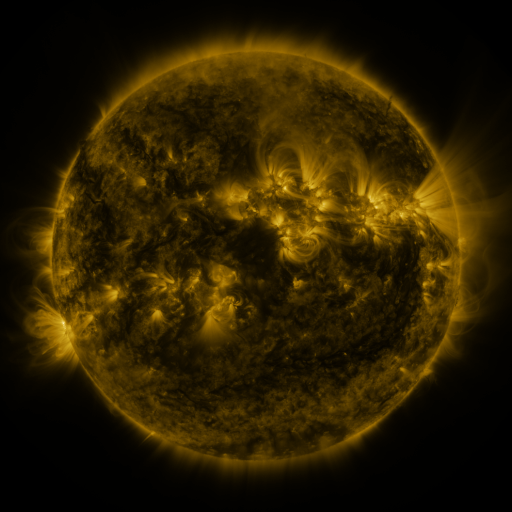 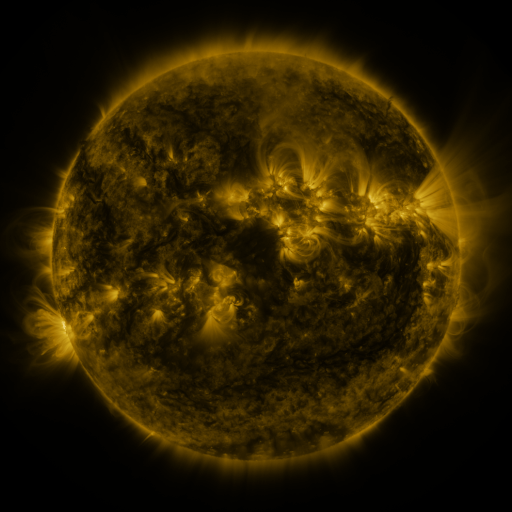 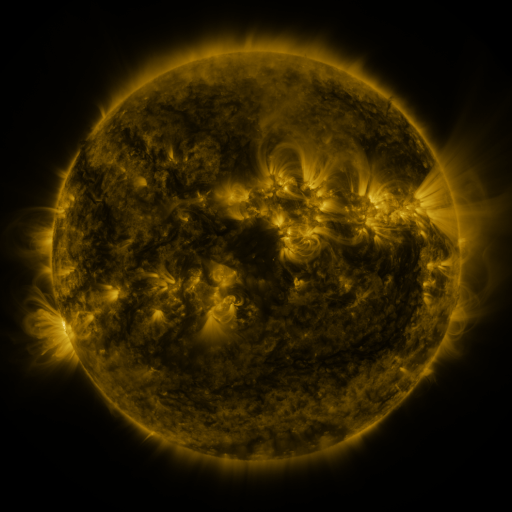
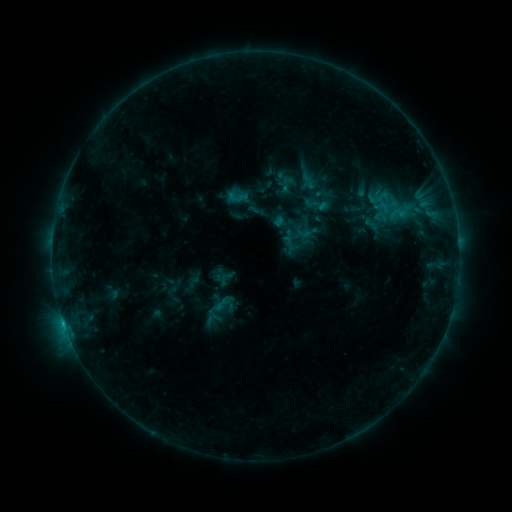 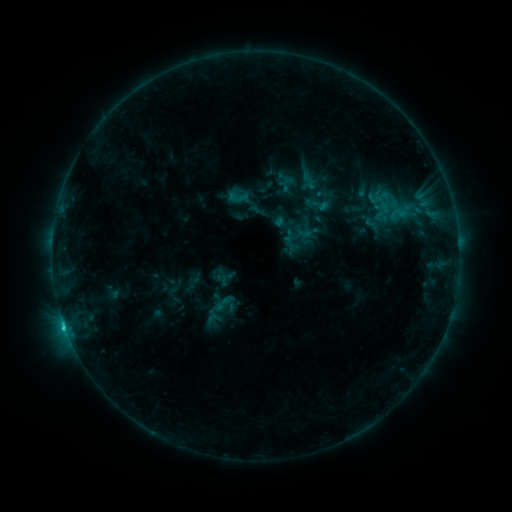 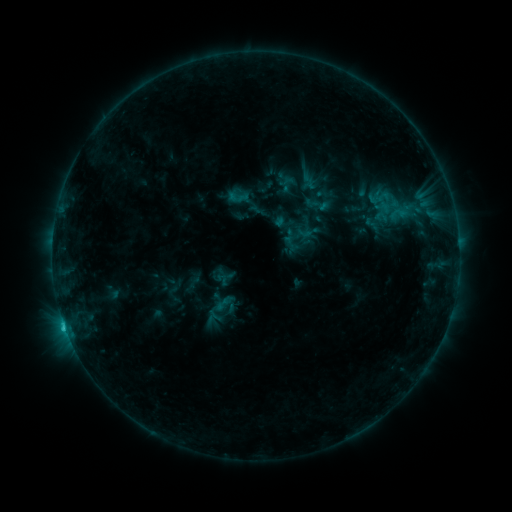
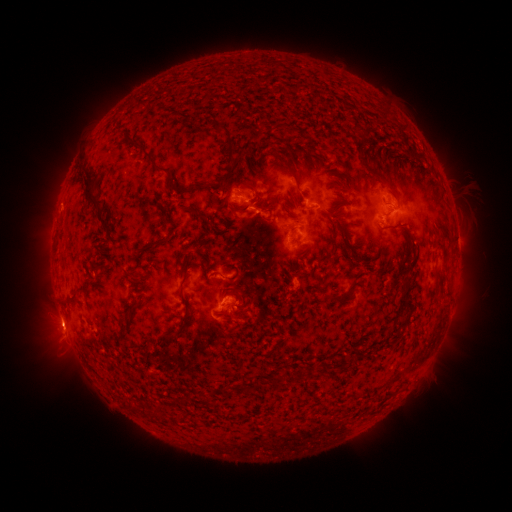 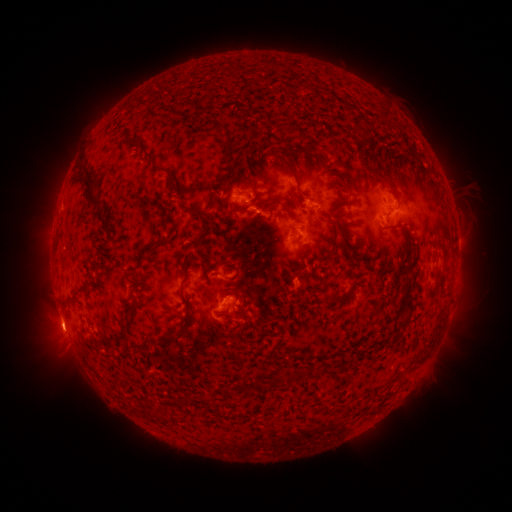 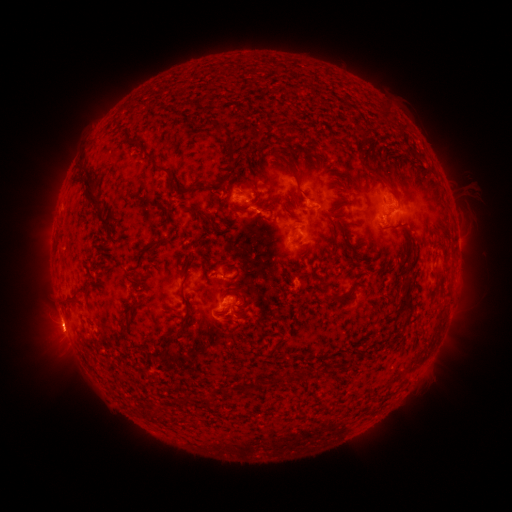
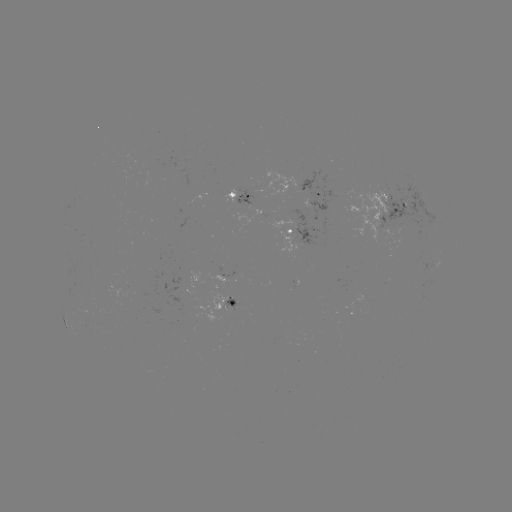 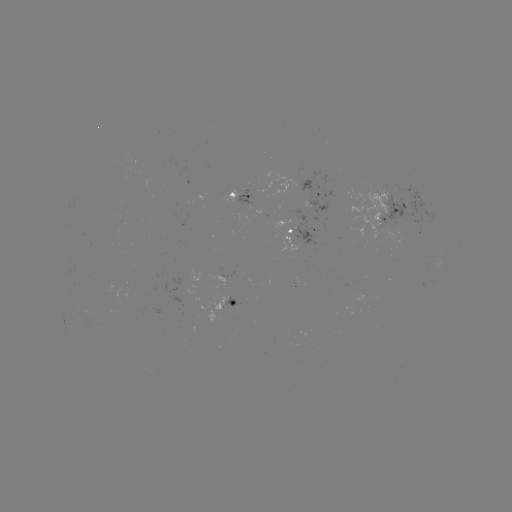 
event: flare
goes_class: C1.2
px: (65, 322)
